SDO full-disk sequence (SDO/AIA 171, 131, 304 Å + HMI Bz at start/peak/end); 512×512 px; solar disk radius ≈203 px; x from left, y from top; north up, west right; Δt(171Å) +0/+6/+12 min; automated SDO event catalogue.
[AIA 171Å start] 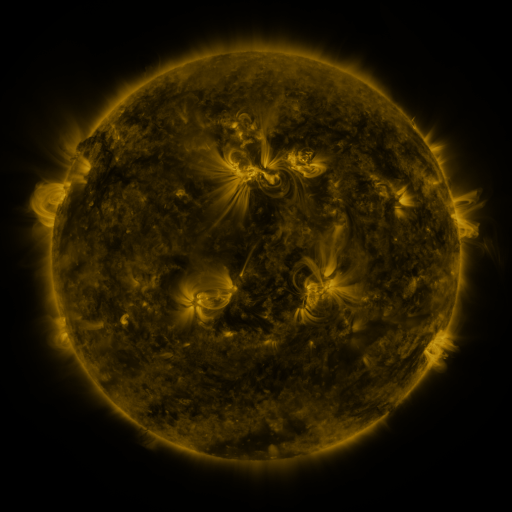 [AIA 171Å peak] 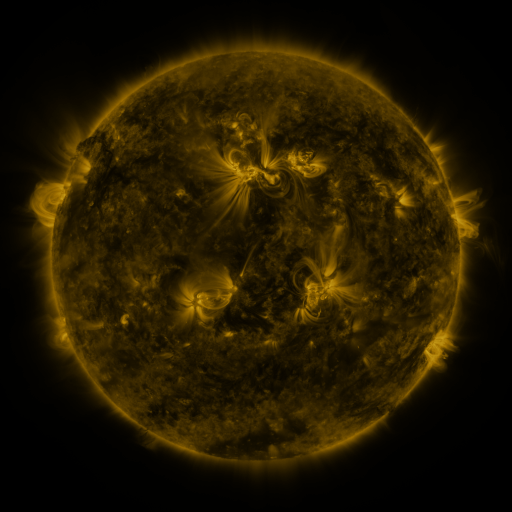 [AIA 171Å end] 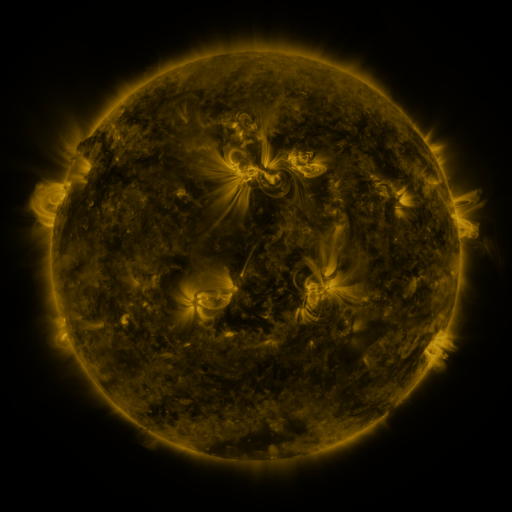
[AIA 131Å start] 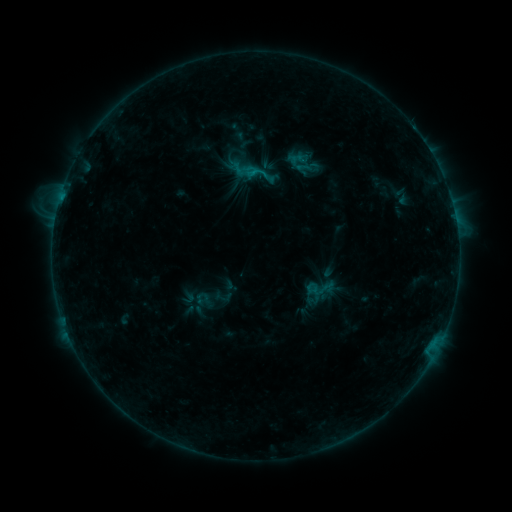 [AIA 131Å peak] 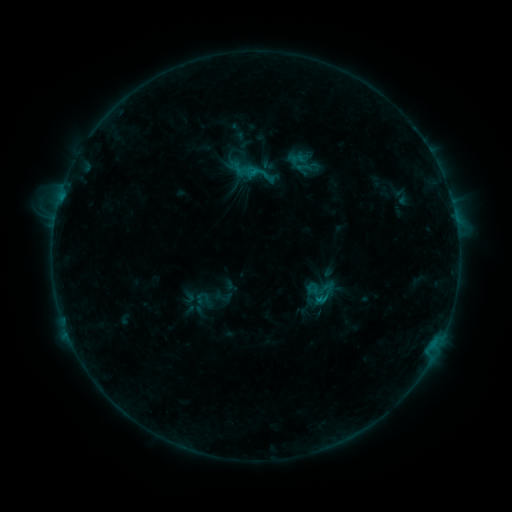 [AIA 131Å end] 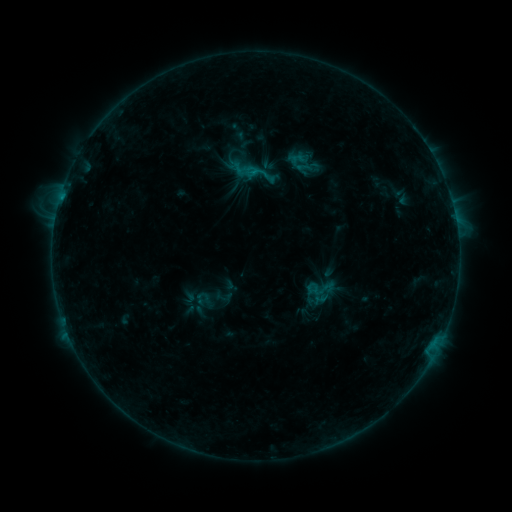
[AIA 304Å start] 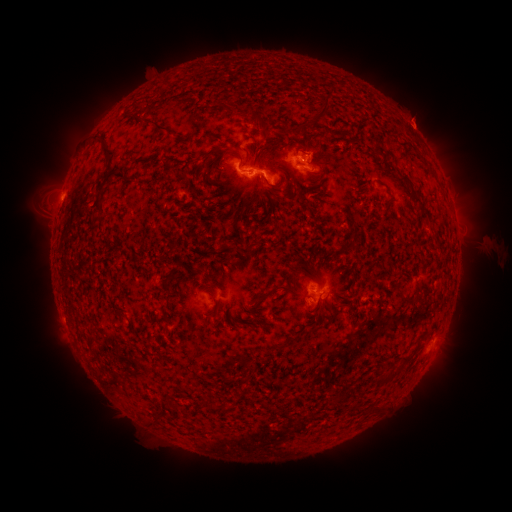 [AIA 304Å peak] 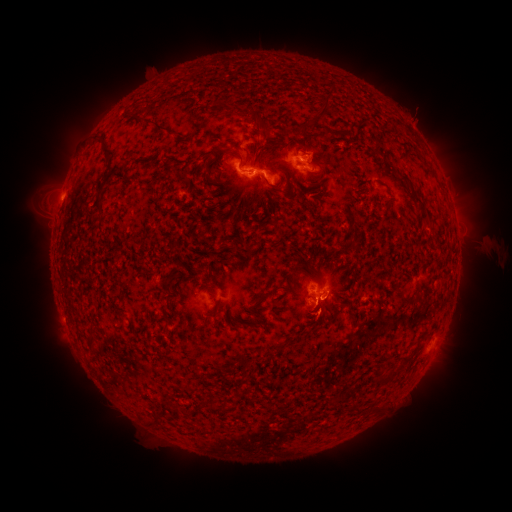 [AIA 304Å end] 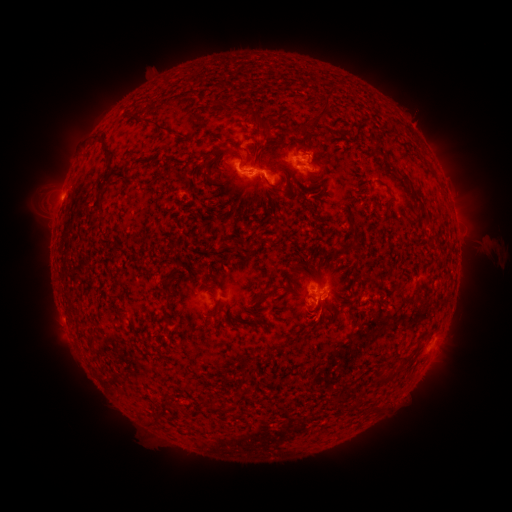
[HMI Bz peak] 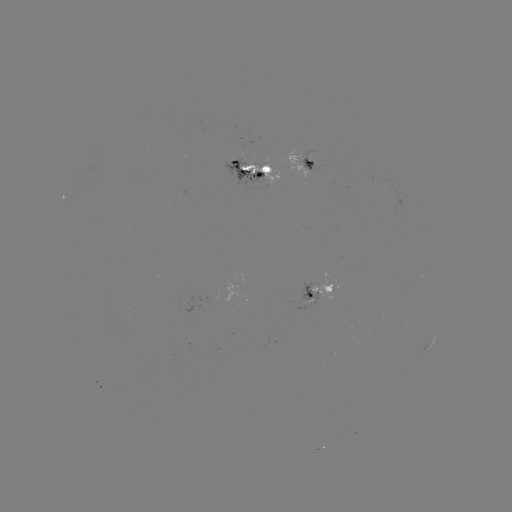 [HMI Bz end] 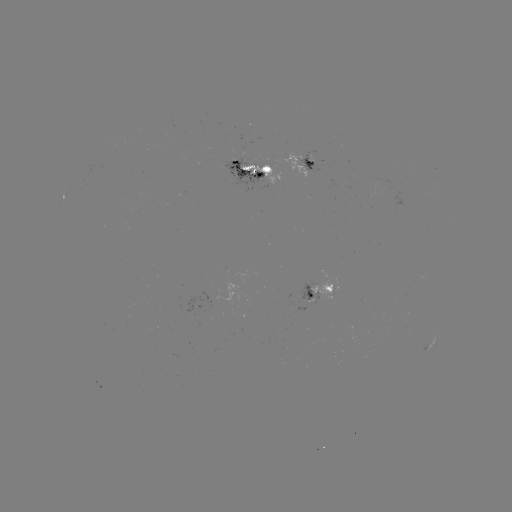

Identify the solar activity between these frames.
eruption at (324, 322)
